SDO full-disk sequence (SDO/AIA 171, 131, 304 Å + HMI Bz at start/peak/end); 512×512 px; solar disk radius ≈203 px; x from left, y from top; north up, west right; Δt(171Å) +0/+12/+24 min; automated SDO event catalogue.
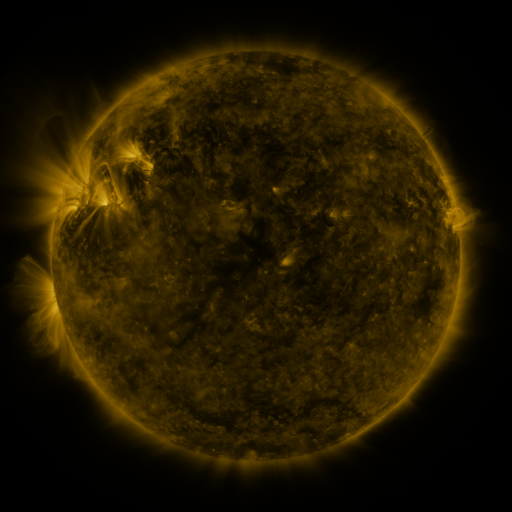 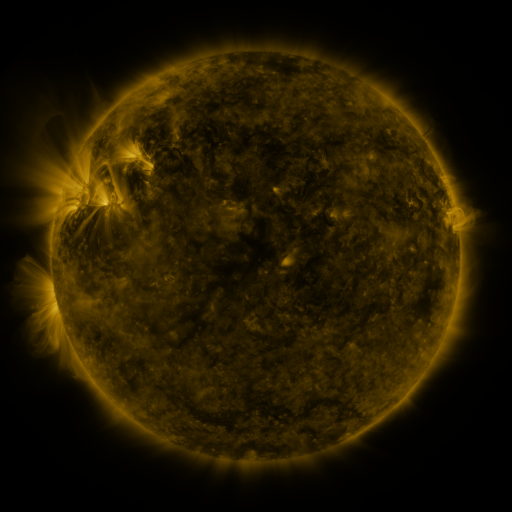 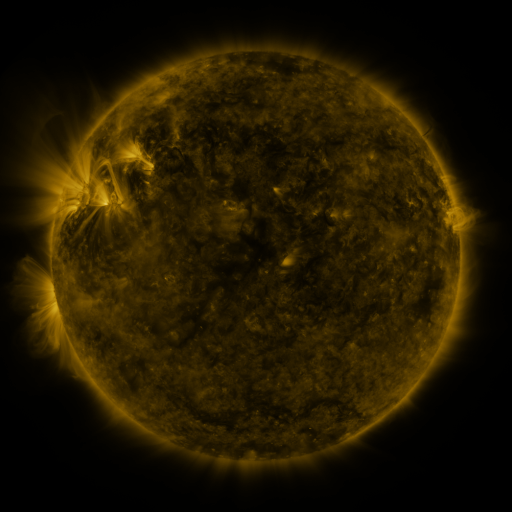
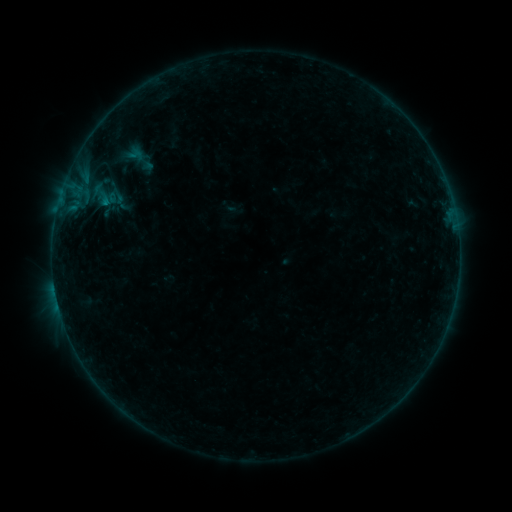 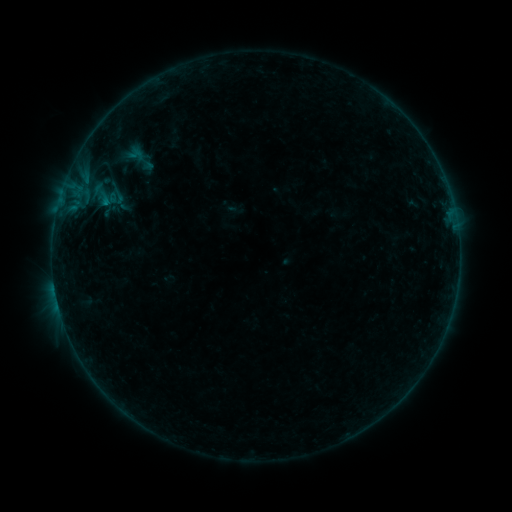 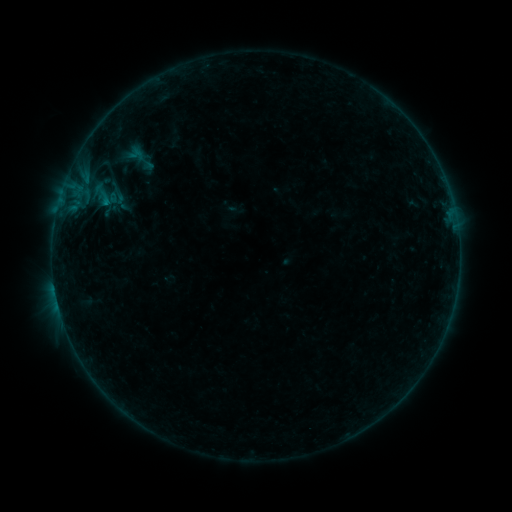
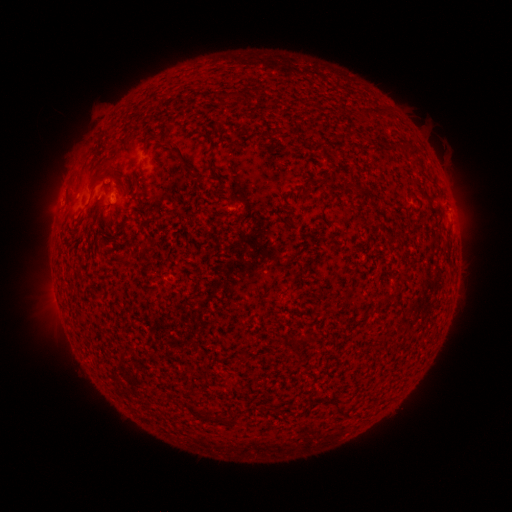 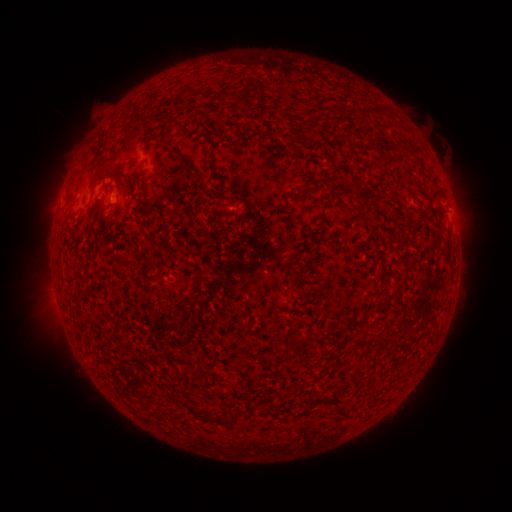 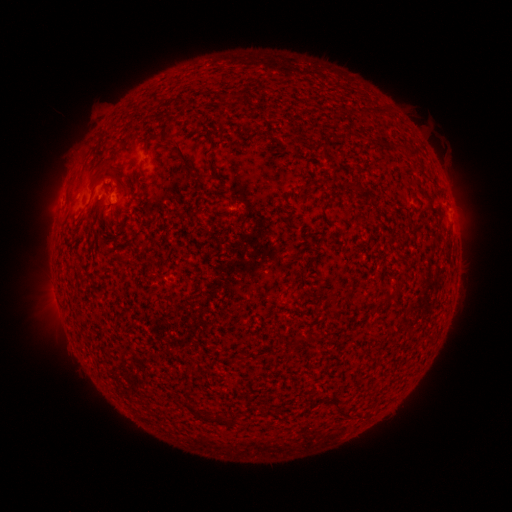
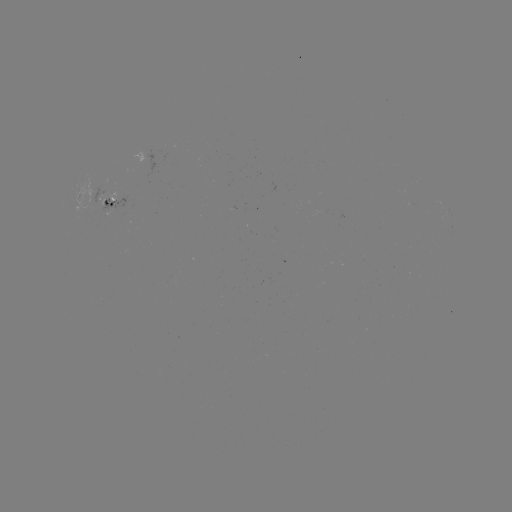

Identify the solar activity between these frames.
no classed flare was catalogued and no EUV brightening was flagged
